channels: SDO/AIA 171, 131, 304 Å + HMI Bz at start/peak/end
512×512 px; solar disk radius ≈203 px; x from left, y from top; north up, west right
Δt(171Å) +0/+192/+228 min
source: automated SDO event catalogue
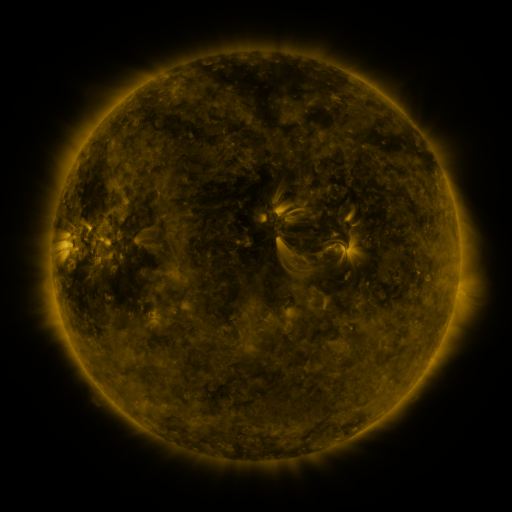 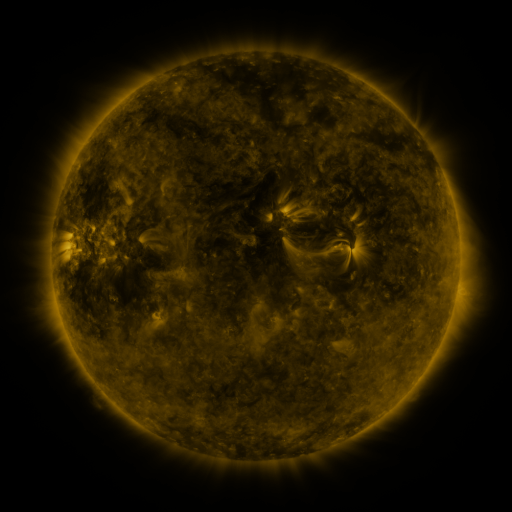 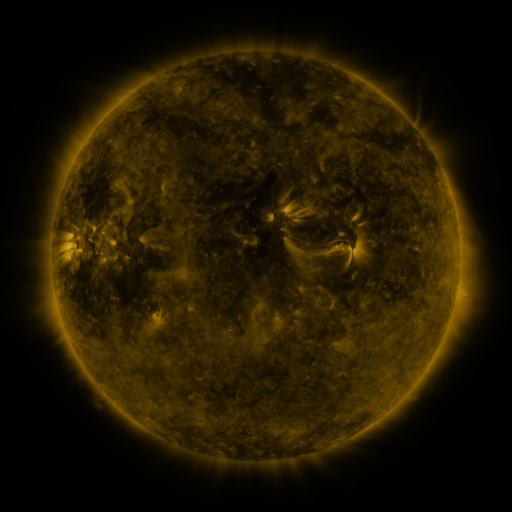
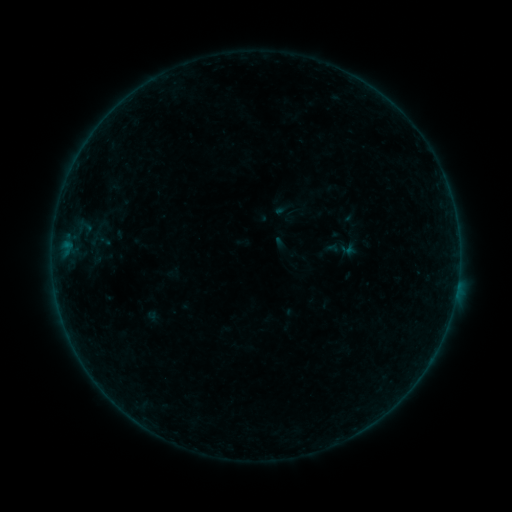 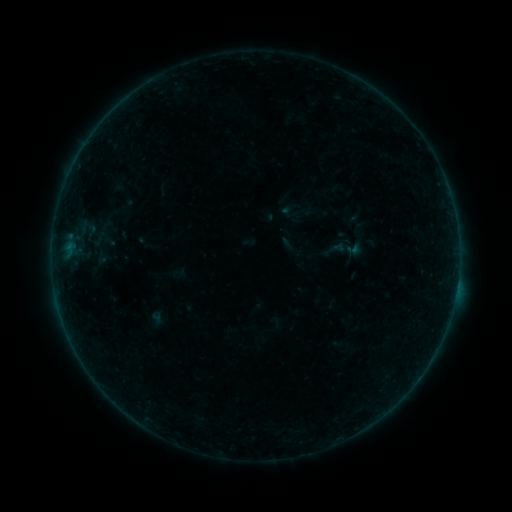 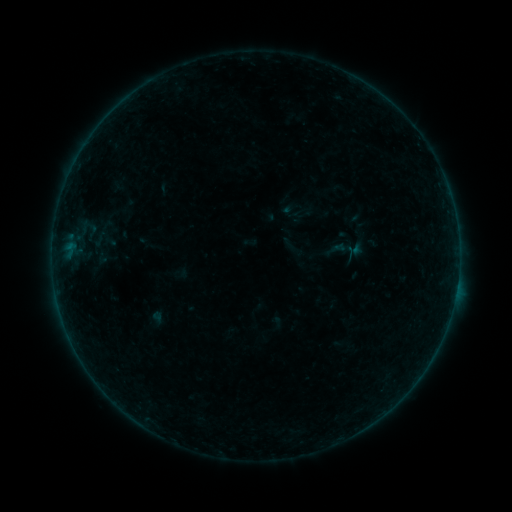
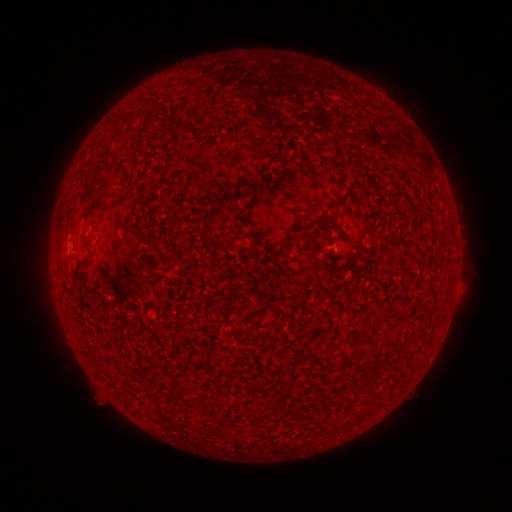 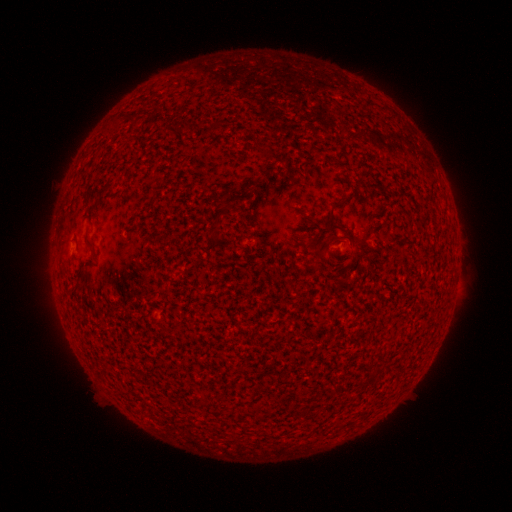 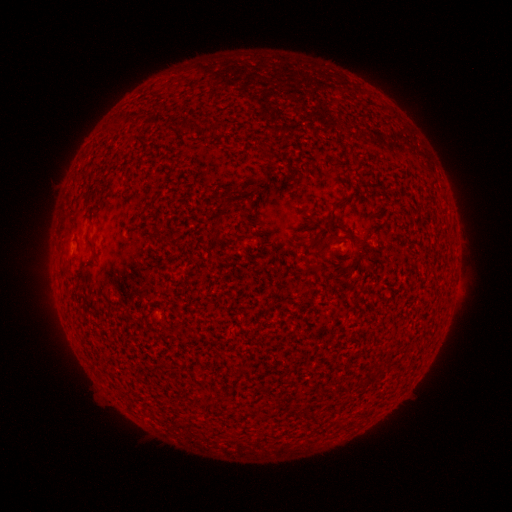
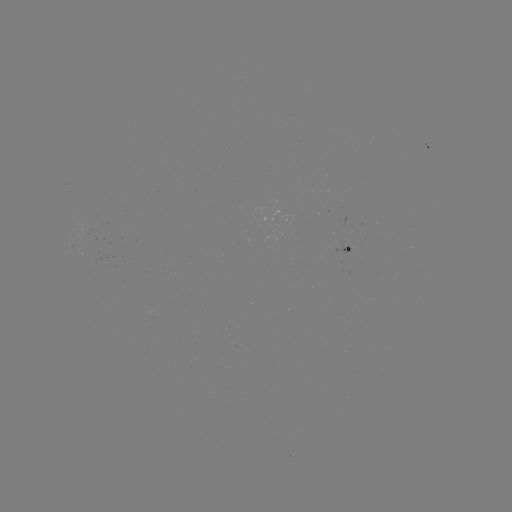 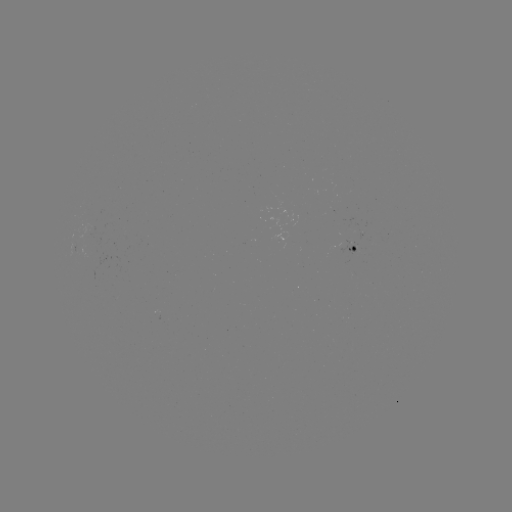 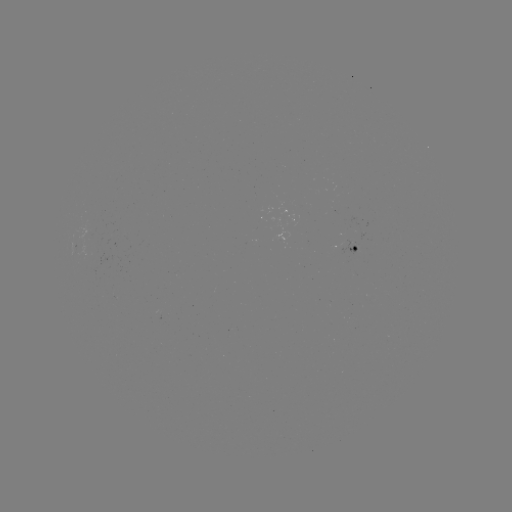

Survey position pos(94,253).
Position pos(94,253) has emerging-flux region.